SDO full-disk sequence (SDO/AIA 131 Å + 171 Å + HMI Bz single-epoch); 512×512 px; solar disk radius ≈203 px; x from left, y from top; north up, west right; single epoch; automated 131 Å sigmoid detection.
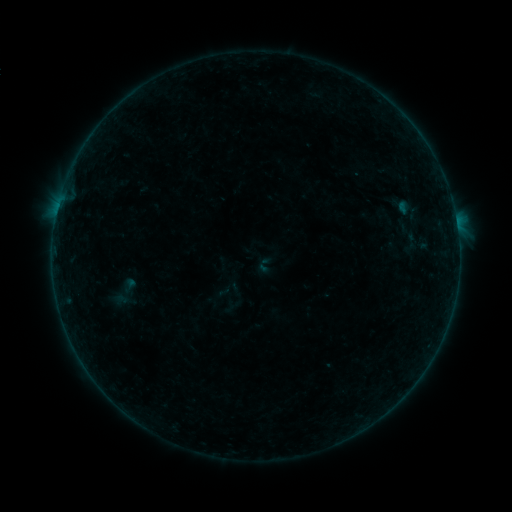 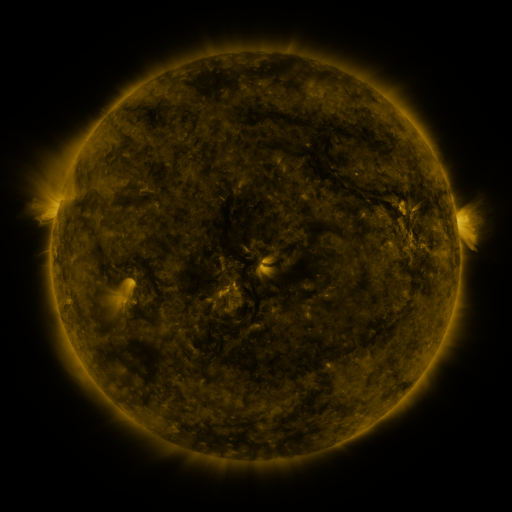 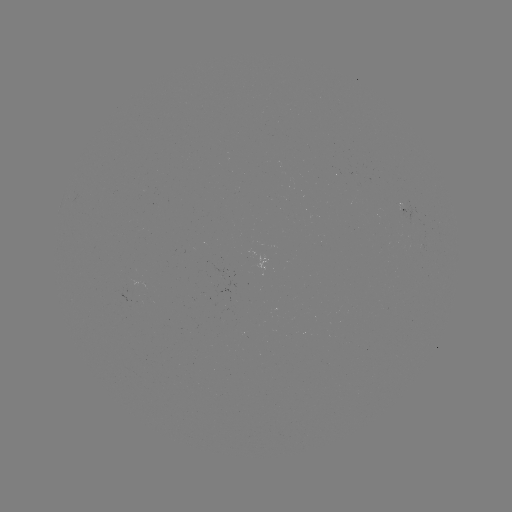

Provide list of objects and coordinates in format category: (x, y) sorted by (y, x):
sigmoid: (412, 242)
sigmoid: (266, 266)
